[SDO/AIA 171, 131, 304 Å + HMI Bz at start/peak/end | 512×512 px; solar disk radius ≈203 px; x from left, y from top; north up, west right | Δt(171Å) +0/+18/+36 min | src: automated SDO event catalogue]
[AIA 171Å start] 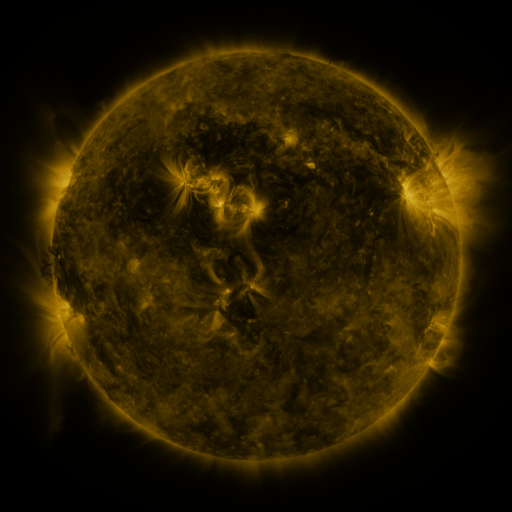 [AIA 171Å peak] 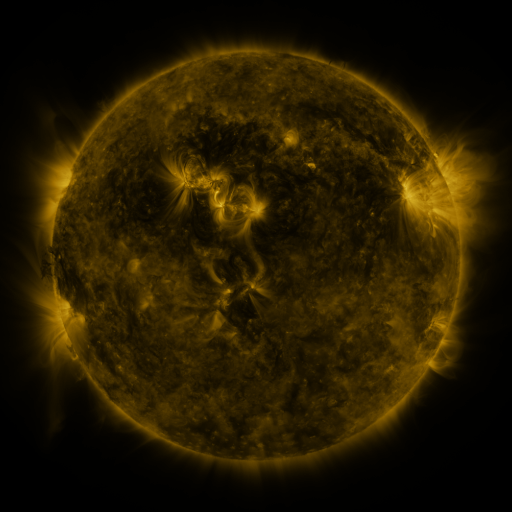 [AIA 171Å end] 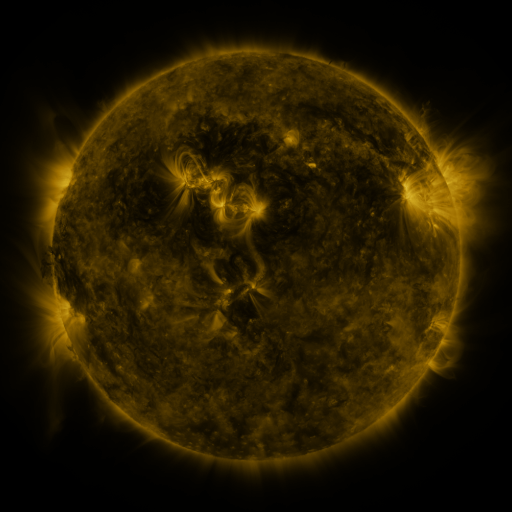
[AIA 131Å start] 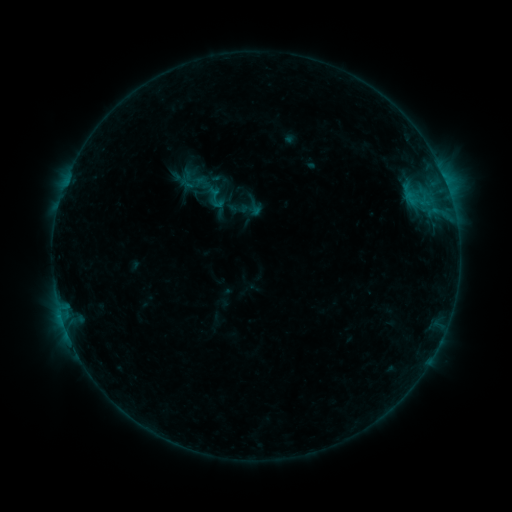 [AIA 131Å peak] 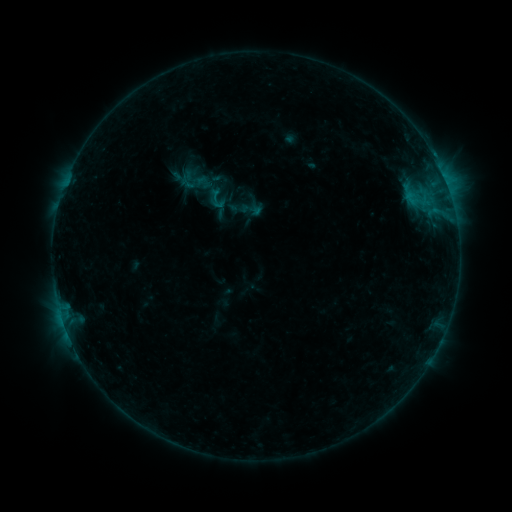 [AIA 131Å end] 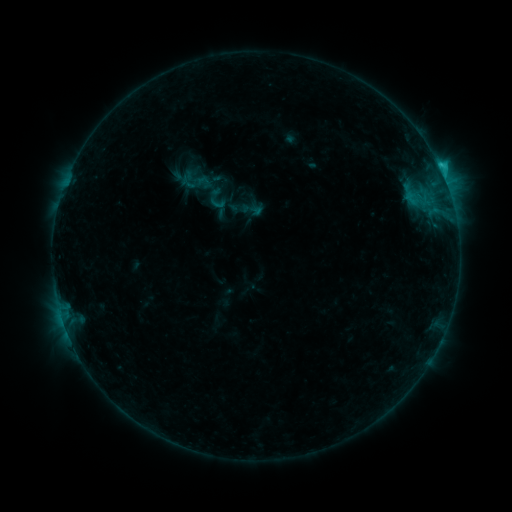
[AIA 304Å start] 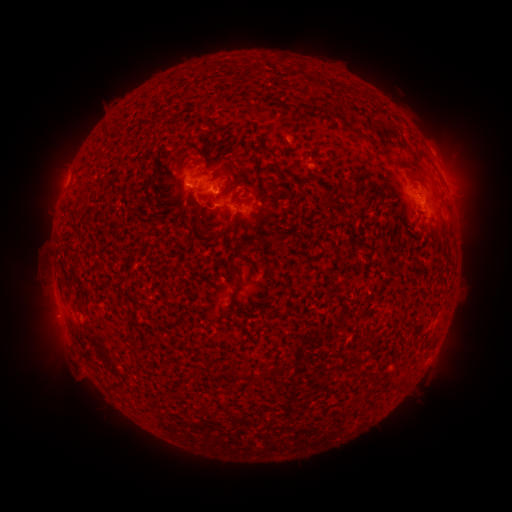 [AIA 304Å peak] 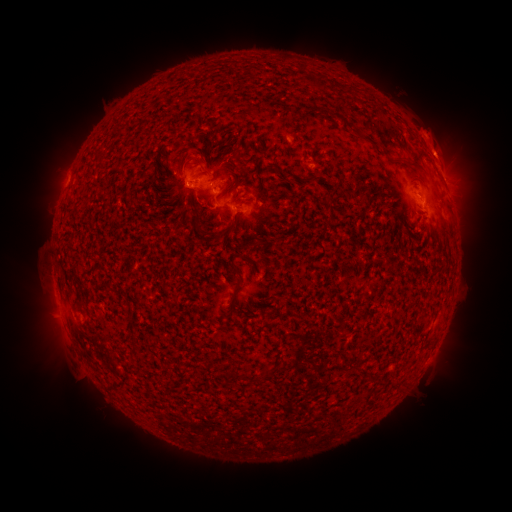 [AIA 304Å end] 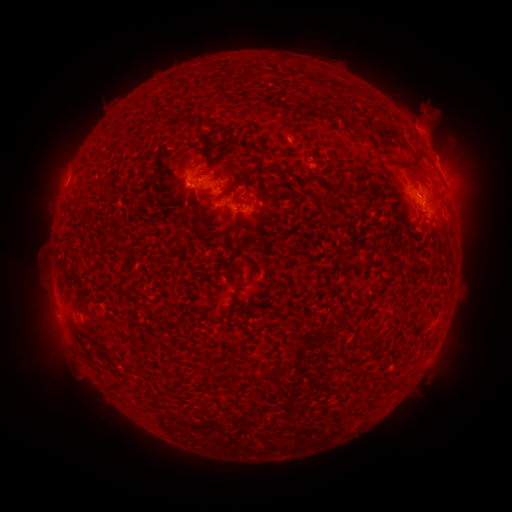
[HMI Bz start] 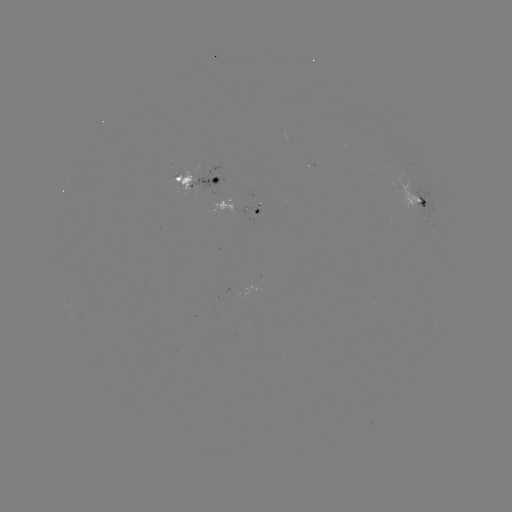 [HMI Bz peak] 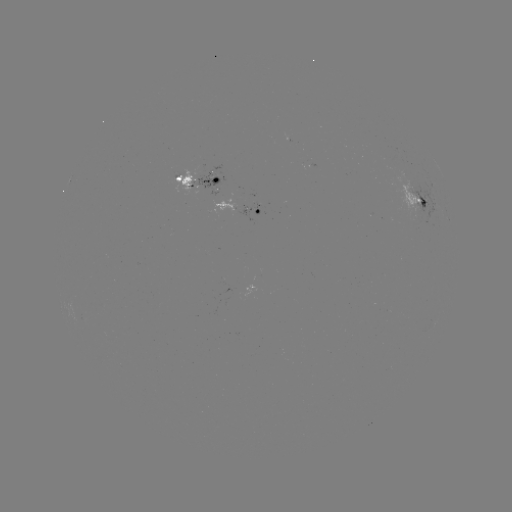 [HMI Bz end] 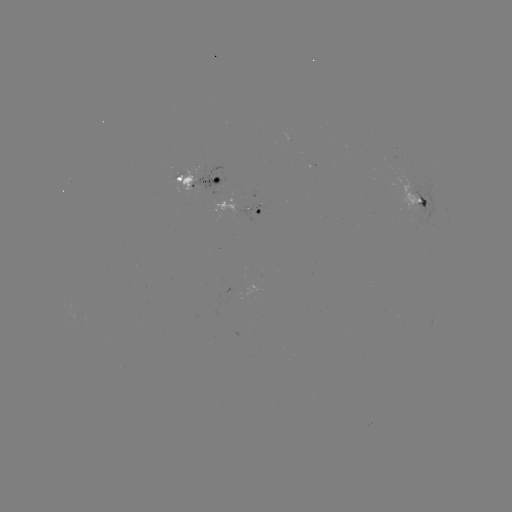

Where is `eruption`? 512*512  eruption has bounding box [380, 69, 511, 203].